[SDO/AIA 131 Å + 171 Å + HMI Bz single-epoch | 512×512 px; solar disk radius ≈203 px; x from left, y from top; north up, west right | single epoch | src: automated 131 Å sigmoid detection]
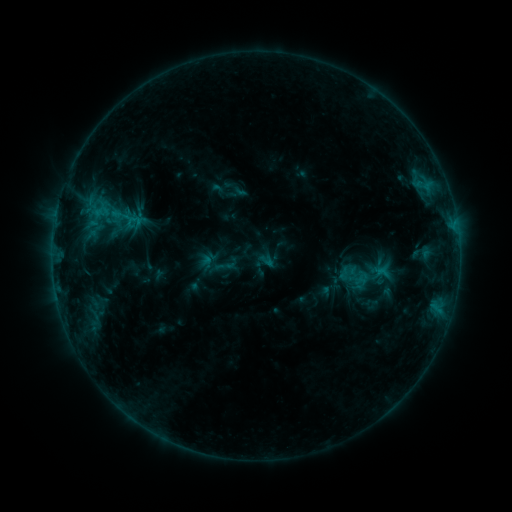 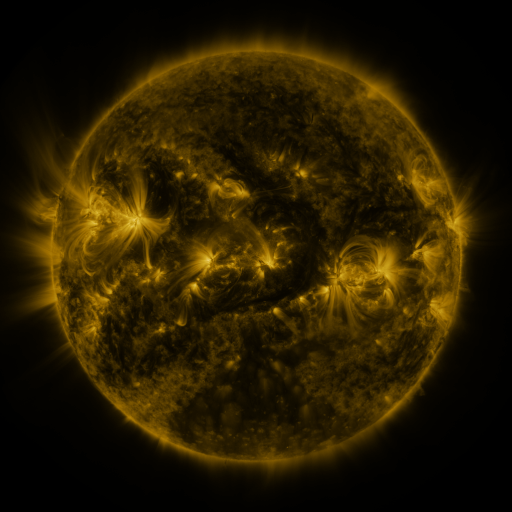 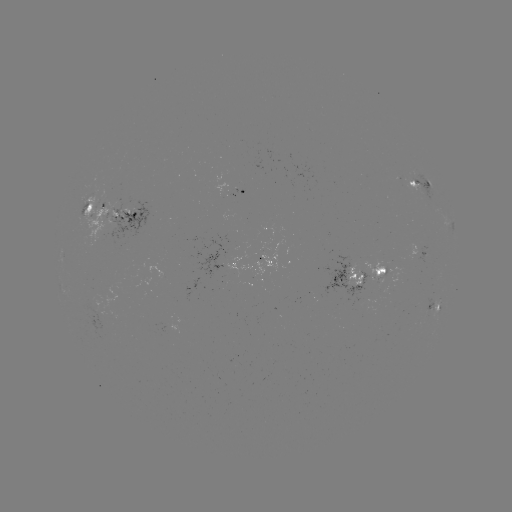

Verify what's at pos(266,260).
sigmoid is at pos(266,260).